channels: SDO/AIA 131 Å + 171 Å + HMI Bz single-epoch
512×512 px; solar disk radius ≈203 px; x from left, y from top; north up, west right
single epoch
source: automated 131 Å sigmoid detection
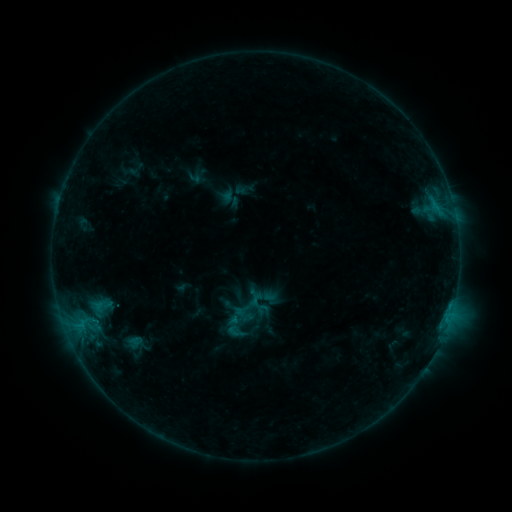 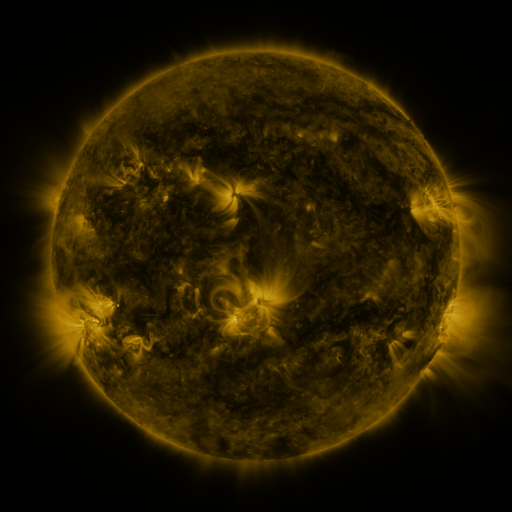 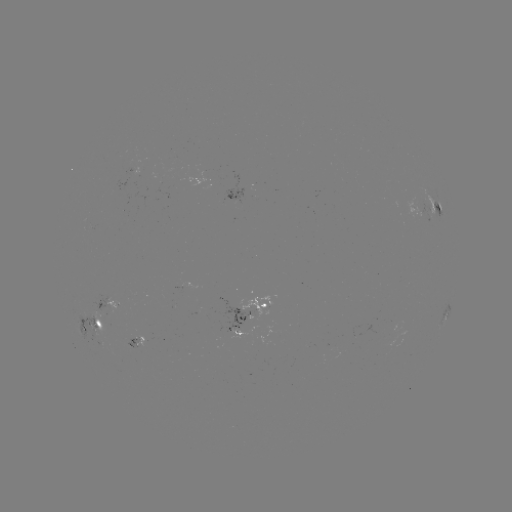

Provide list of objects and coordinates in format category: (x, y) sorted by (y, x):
sigmoid: (235, 331)
